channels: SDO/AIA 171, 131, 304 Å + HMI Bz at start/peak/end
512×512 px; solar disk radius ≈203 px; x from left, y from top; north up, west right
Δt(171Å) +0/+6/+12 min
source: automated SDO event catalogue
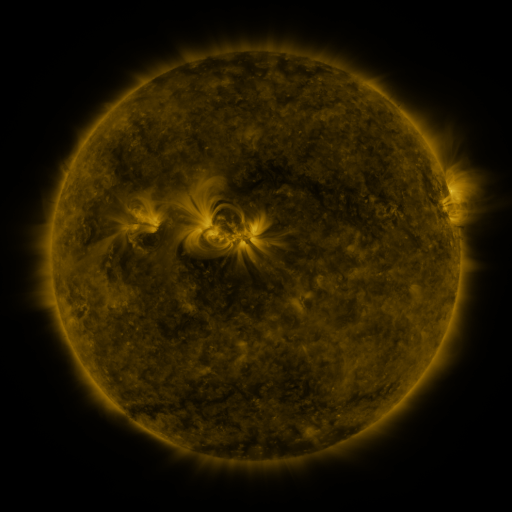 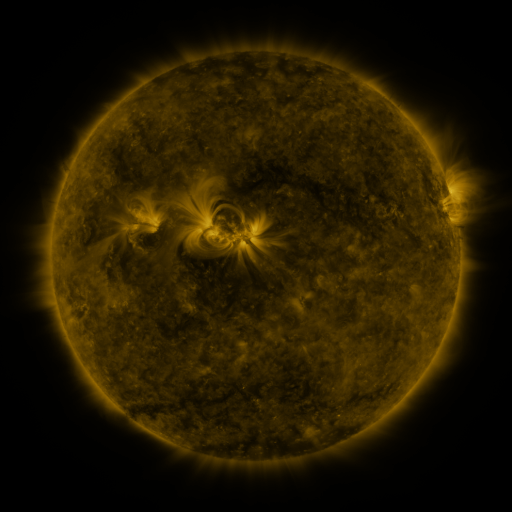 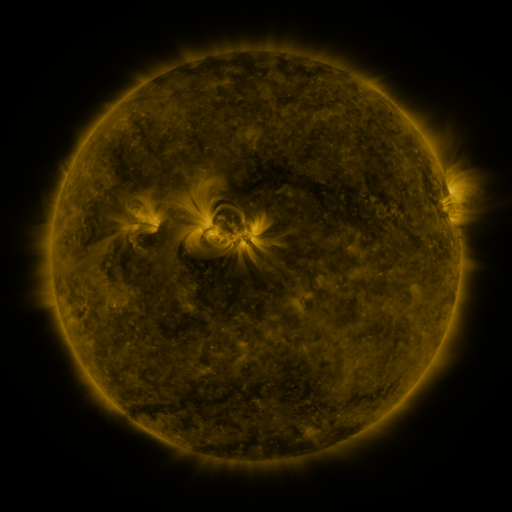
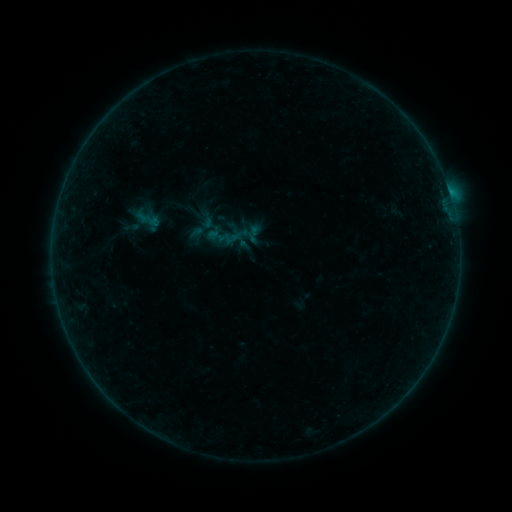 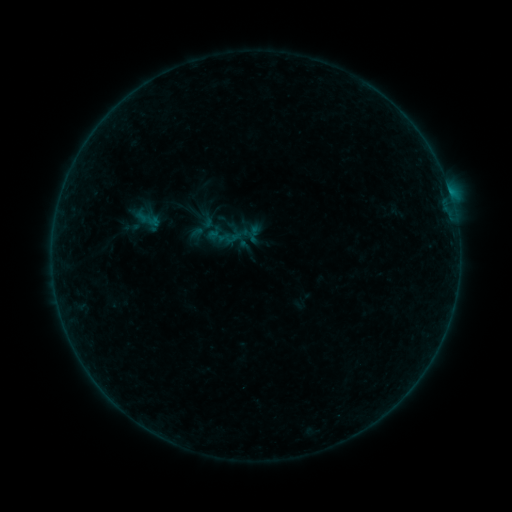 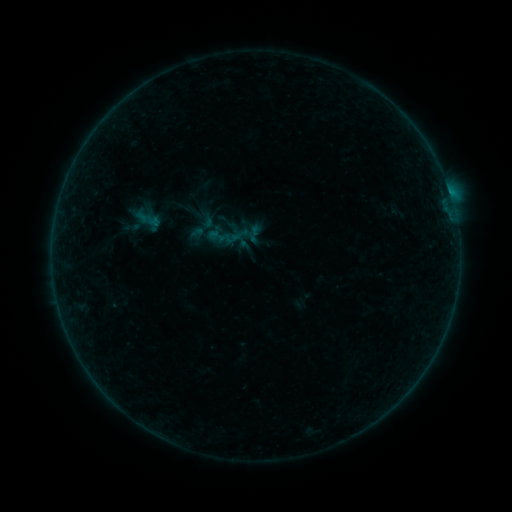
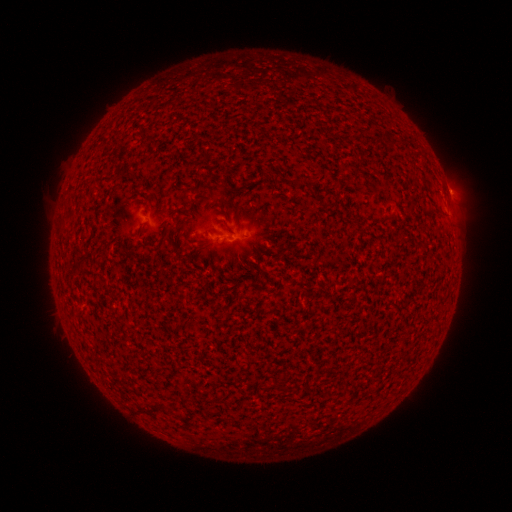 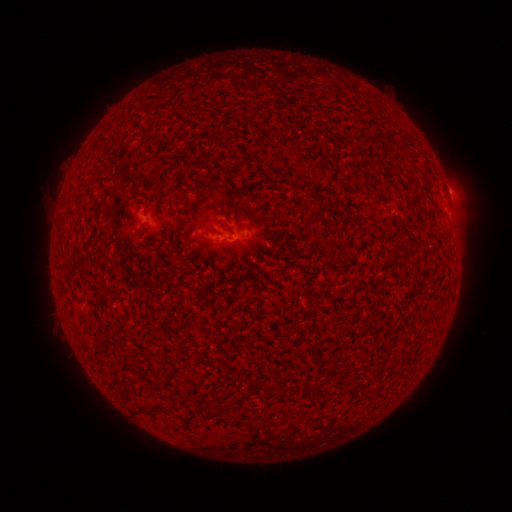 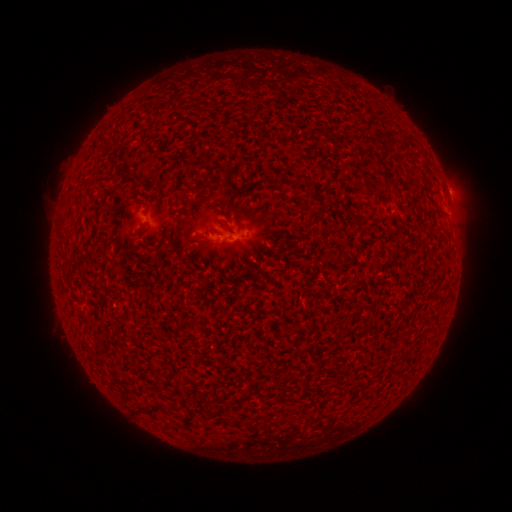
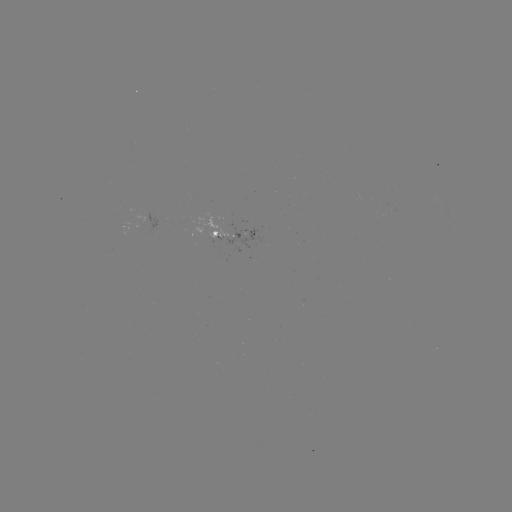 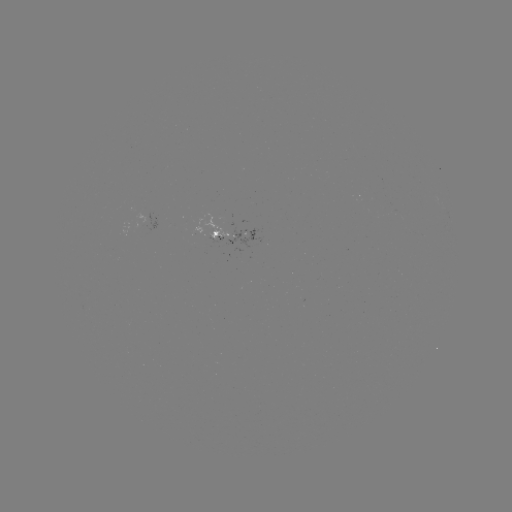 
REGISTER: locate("B1.3 flare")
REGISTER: [448, 196]